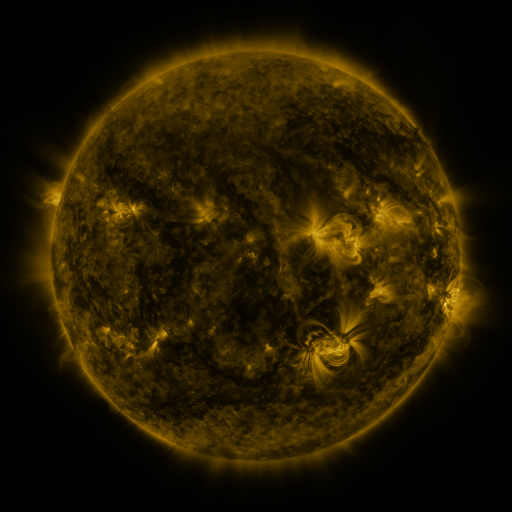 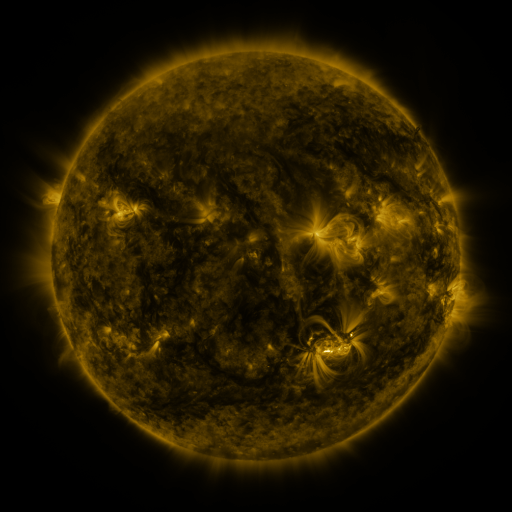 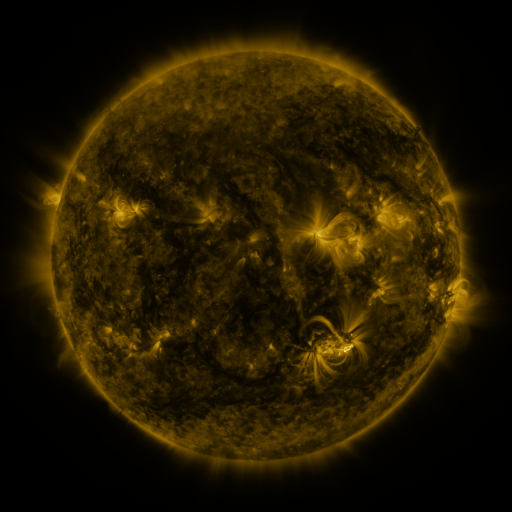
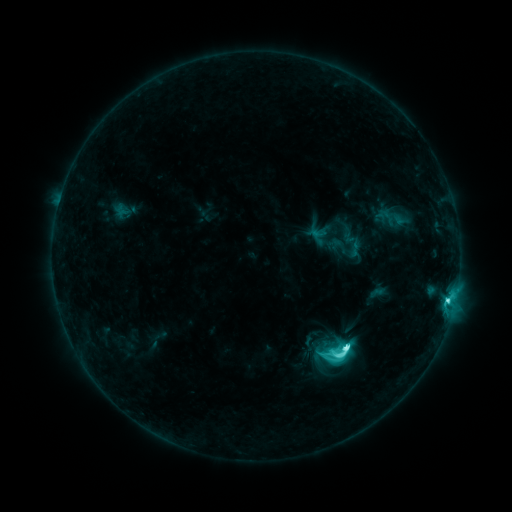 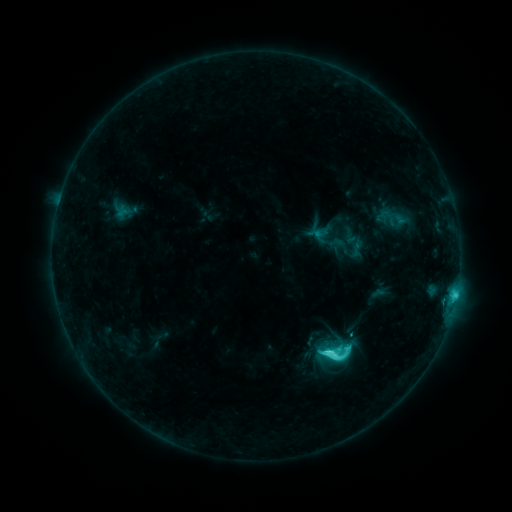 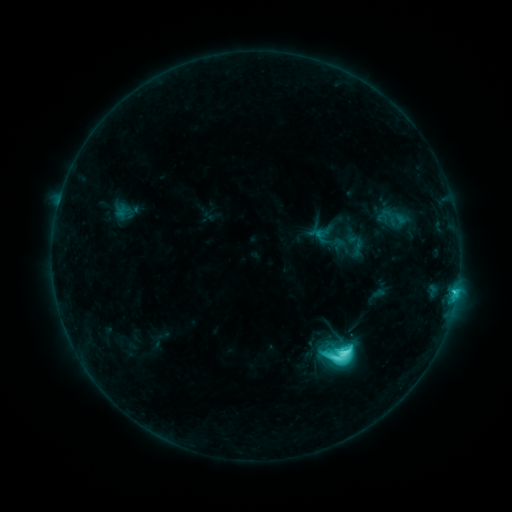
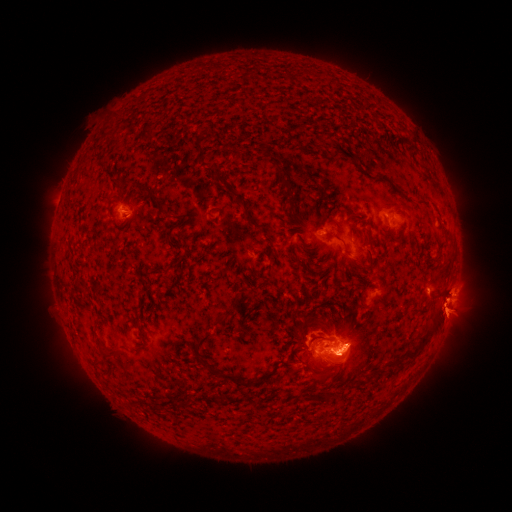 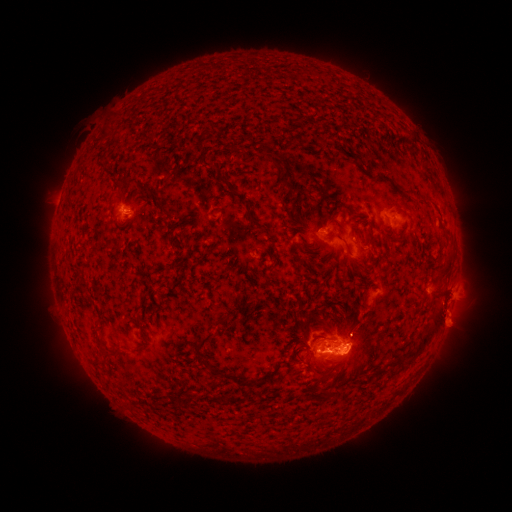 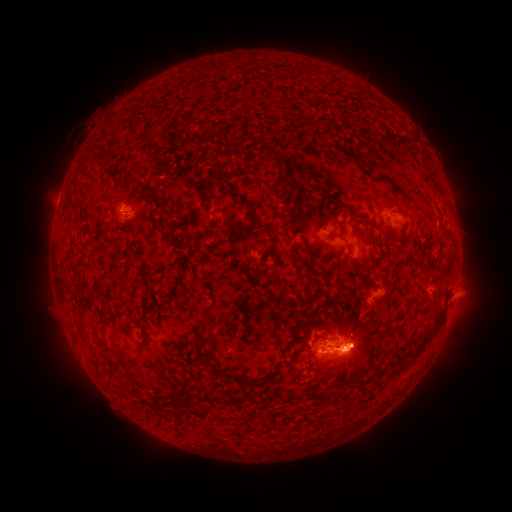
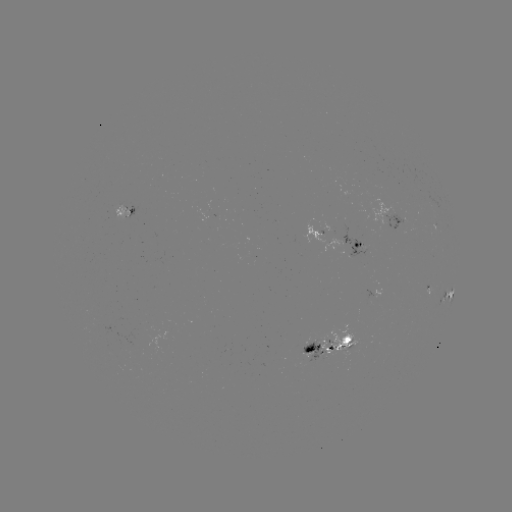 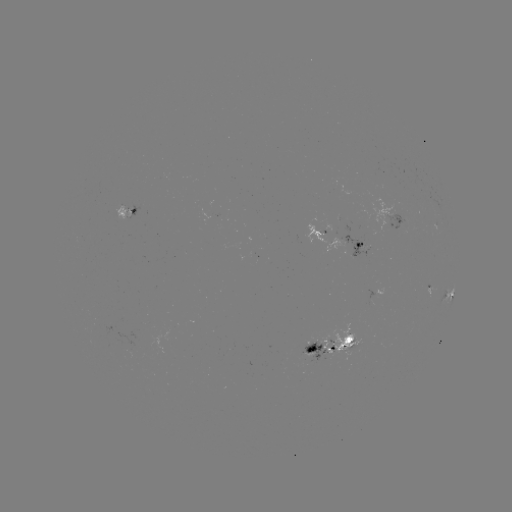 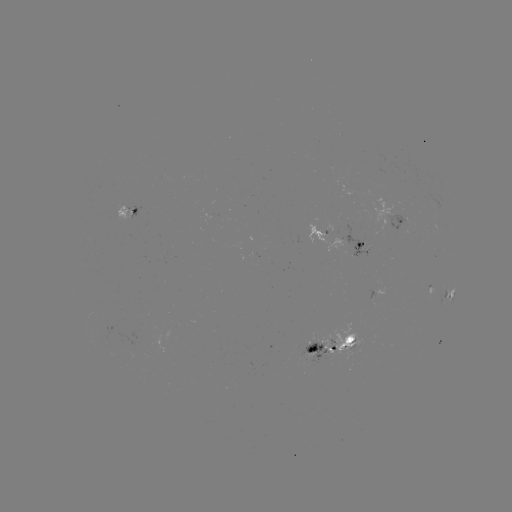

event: emerging-flux region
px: (337, 341)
